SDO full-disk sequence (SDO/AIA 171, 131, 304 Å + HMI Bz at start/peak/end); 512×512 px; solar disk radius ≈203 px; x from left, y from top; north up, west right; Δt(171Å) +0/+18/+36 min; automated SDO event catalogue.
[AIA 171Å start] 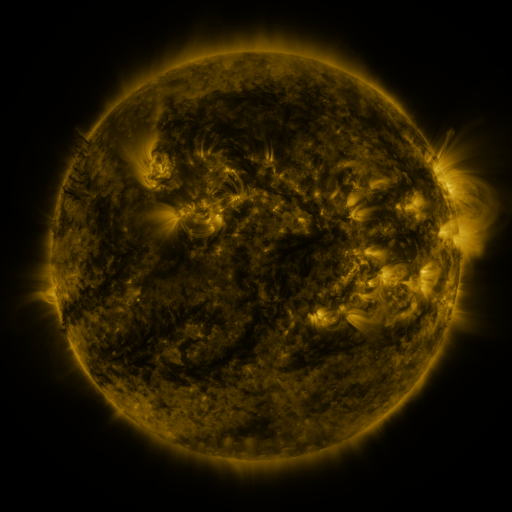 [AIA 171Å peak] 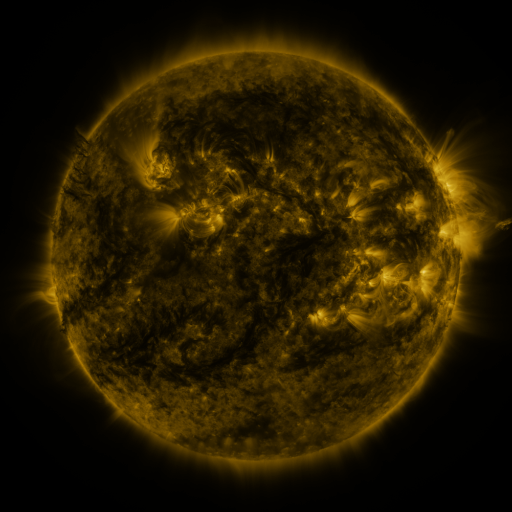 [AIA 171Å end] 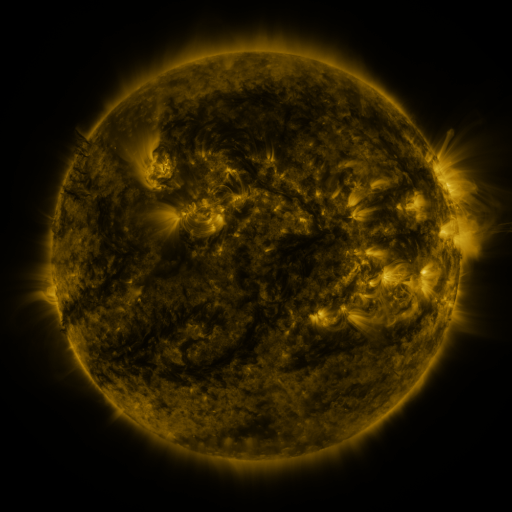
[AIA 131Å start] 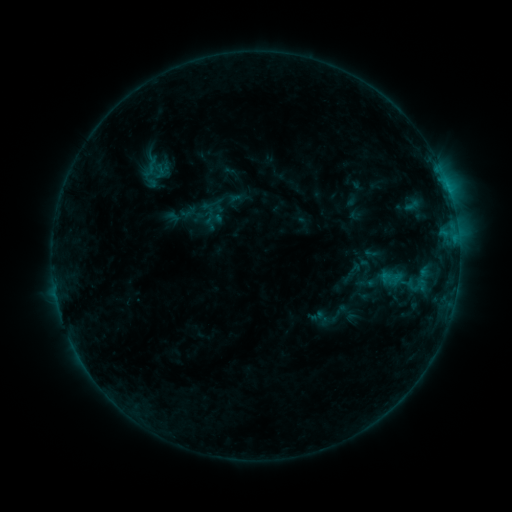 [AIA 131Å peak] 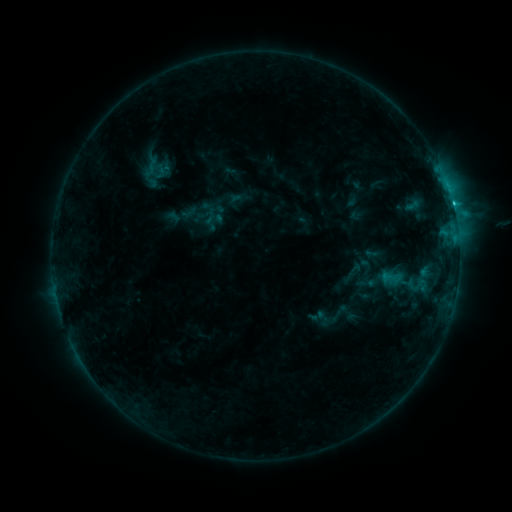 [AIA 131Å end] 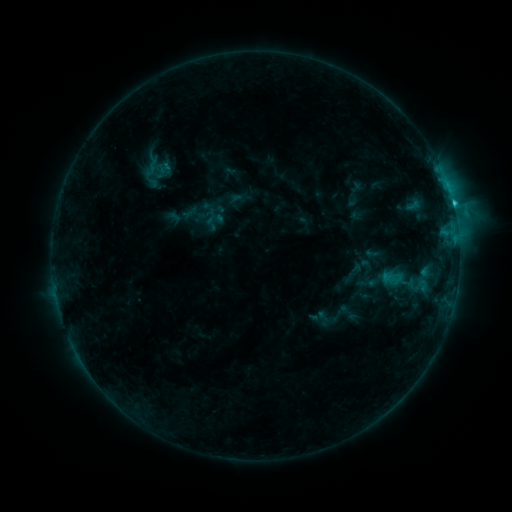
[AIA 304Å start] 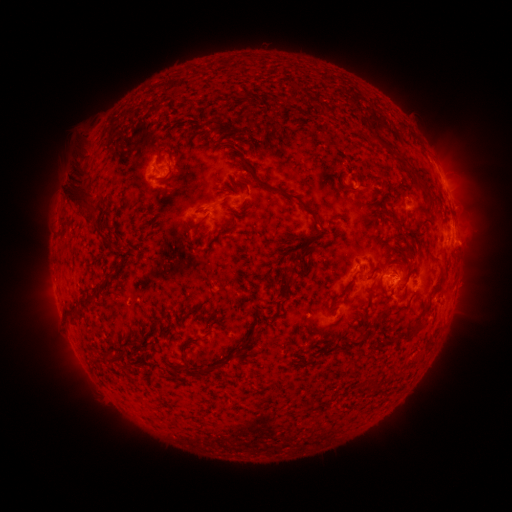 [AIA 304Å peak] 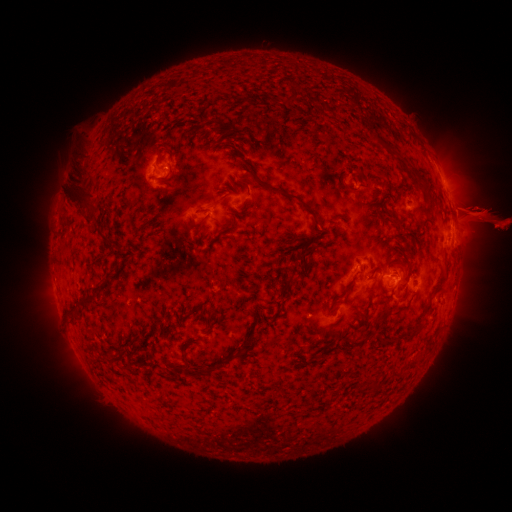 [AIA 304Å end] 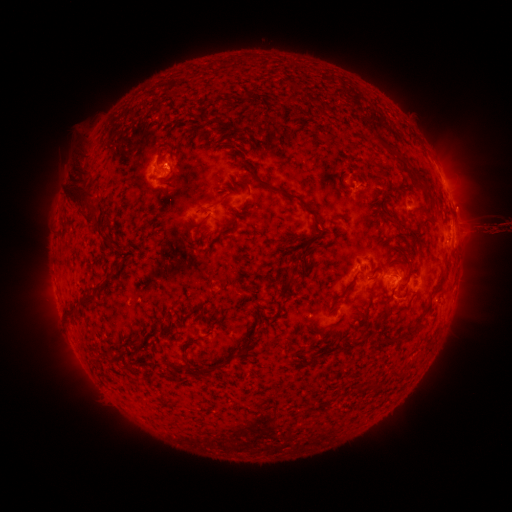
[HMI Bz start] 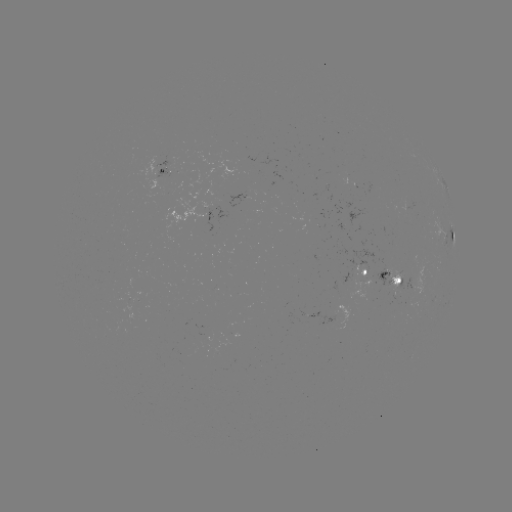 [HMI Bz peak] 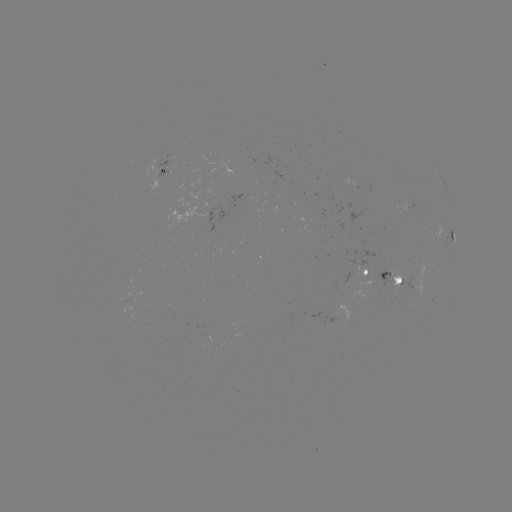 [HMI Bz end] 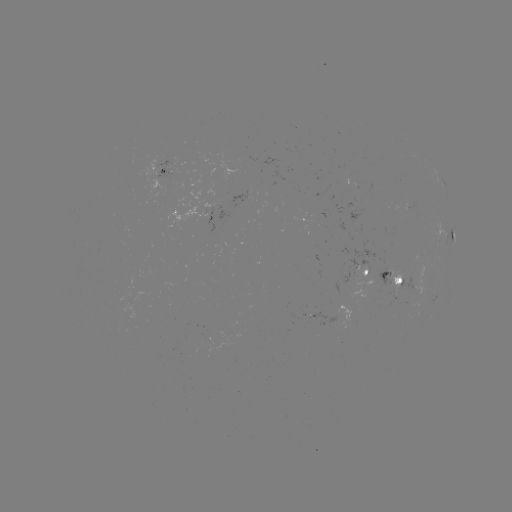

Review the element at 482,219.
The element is eruption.